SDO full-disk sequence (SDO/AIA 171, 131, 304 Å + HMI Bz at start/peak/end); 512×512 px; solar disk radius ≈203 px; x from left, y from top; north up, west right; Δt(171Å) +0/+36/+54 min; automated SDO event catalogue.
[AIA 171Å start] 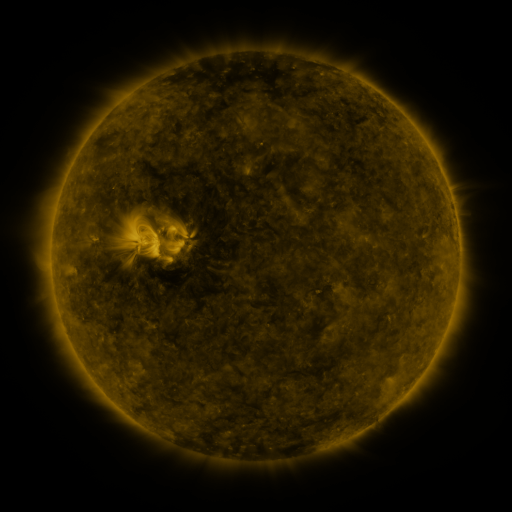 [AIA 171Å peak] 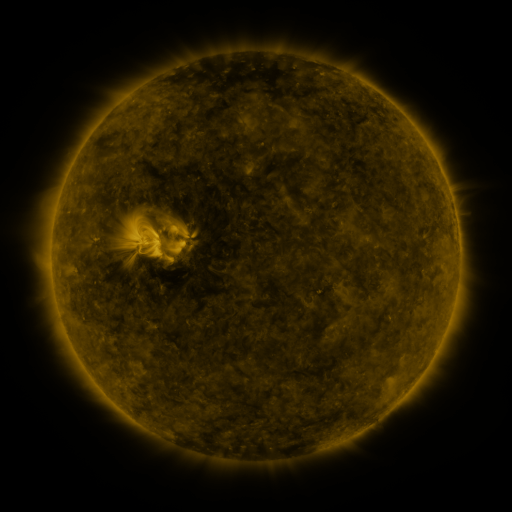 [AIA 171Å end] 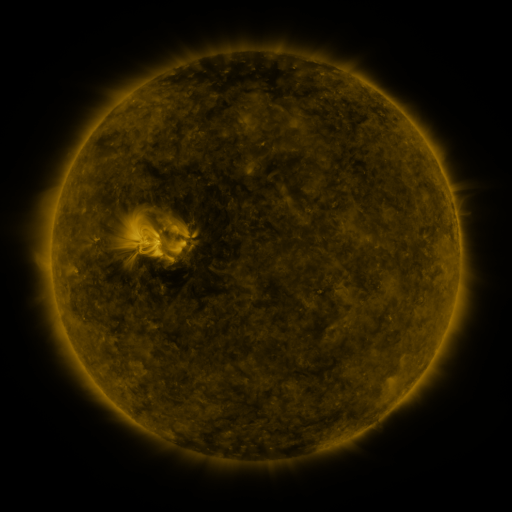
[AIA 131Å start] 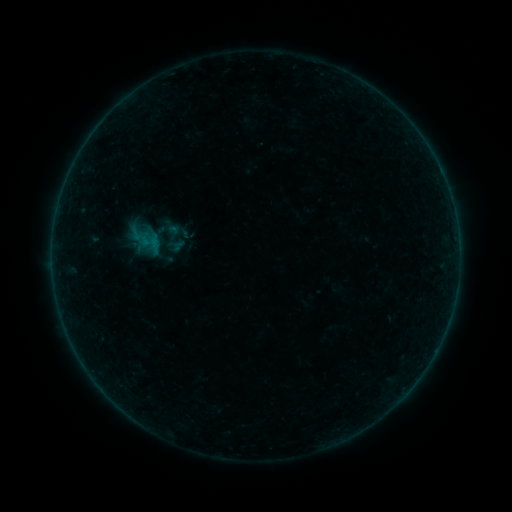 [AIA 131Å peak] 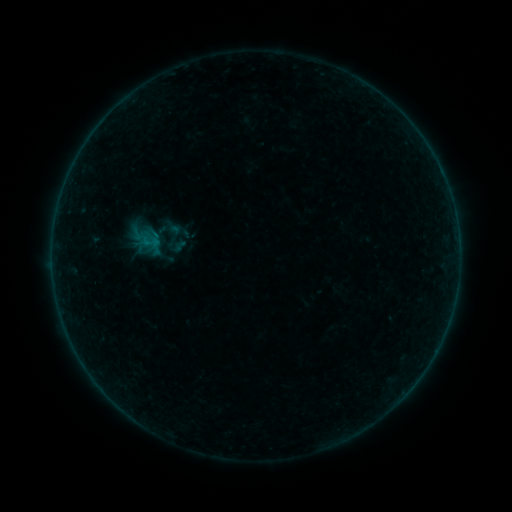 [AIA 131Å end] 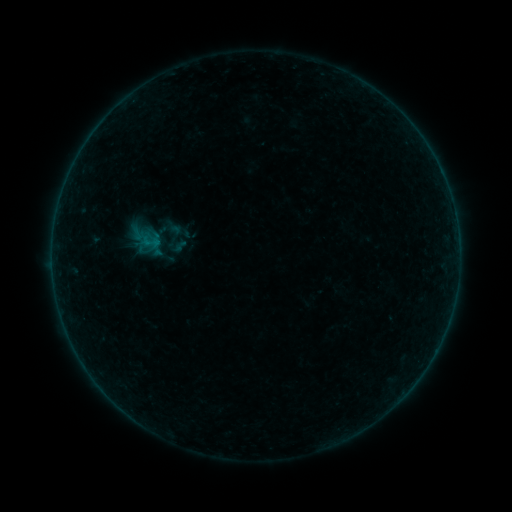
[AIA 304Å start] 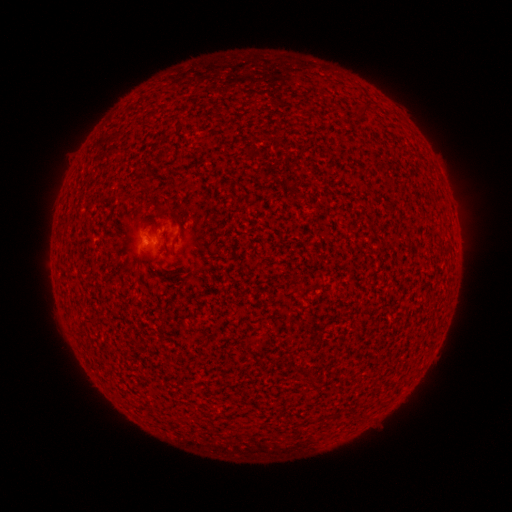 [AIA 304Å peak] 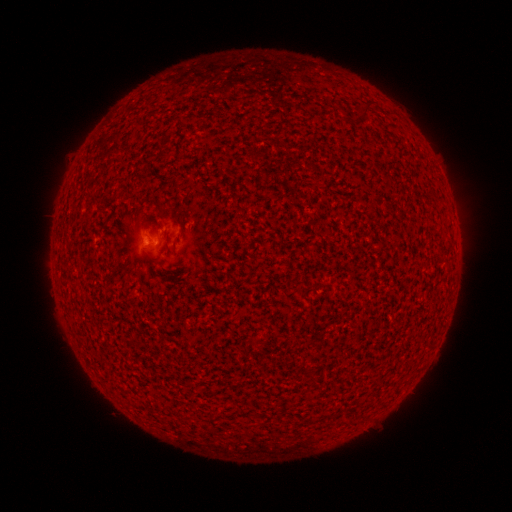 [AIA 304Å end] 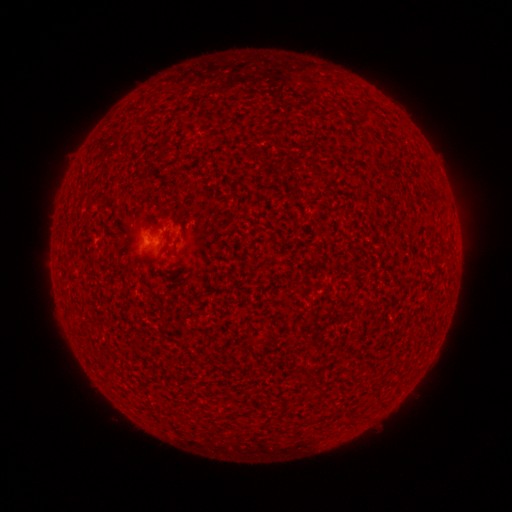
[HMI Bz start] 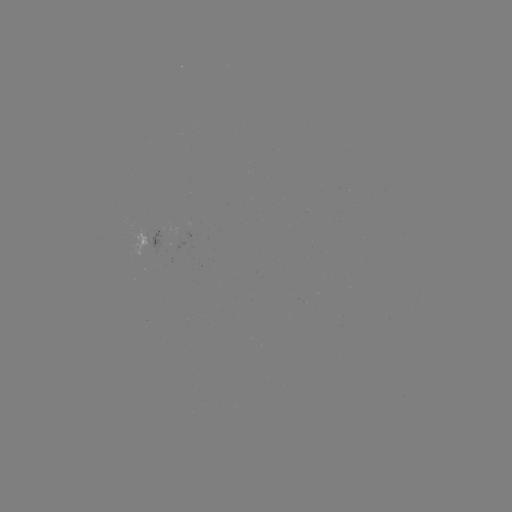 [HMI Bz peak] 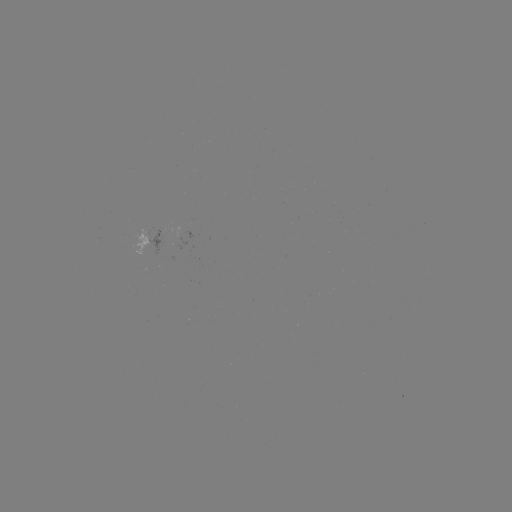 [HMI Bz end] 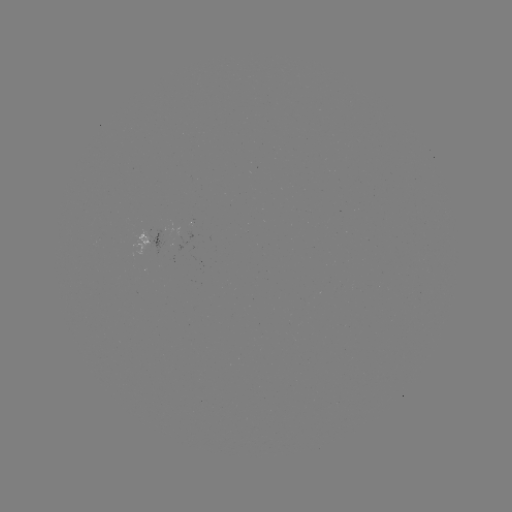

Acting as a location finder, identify A5.4 flare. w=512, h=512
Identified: [151, 245].